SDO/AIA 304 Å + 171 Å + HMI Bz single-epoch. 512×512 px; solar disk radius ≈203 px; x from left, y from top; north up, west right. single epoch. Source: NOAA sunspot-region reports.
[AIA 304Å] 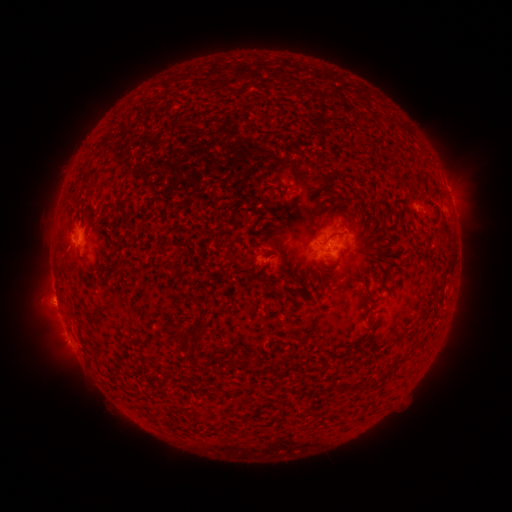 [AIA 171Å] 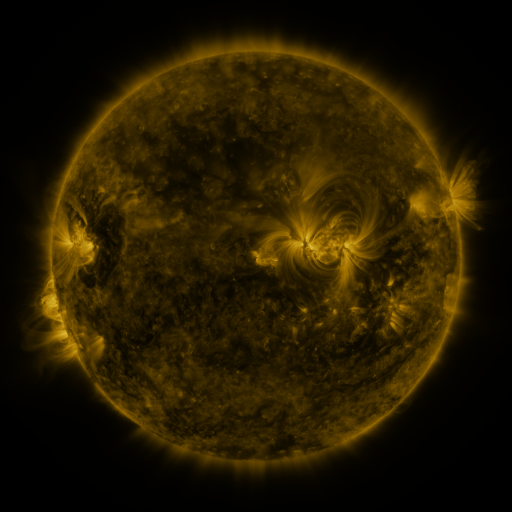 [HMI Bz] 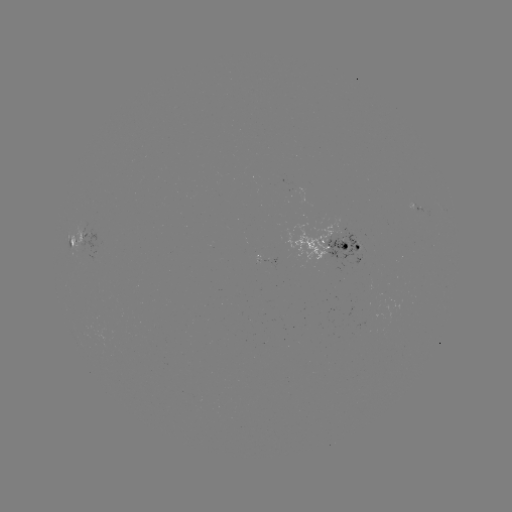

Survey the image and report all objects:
spotted active region: (451, 200)
spotted active region: (82, 241)
spotted active region: (335, 243)
spotted active region: (263, 259)
